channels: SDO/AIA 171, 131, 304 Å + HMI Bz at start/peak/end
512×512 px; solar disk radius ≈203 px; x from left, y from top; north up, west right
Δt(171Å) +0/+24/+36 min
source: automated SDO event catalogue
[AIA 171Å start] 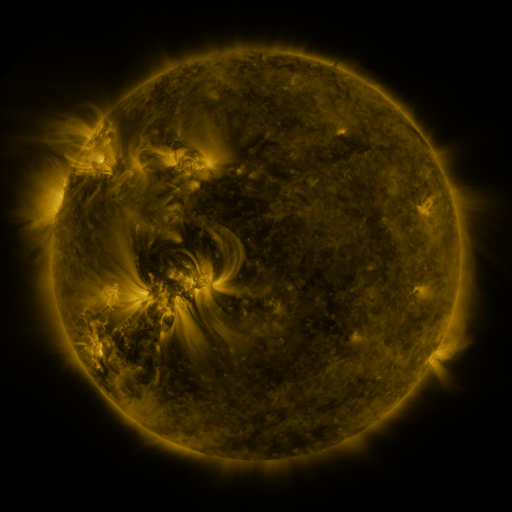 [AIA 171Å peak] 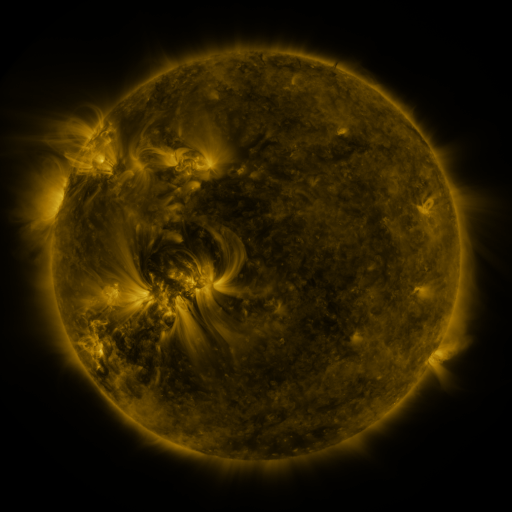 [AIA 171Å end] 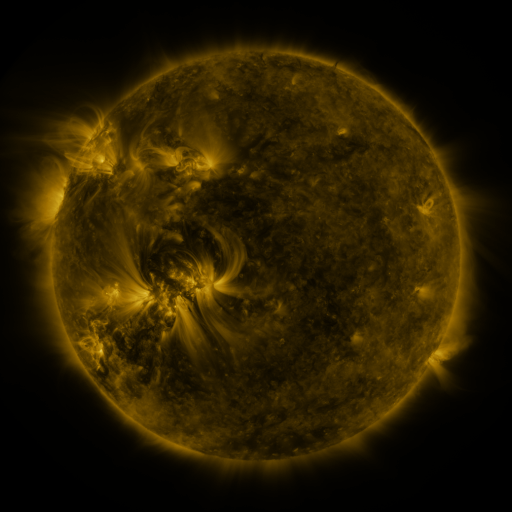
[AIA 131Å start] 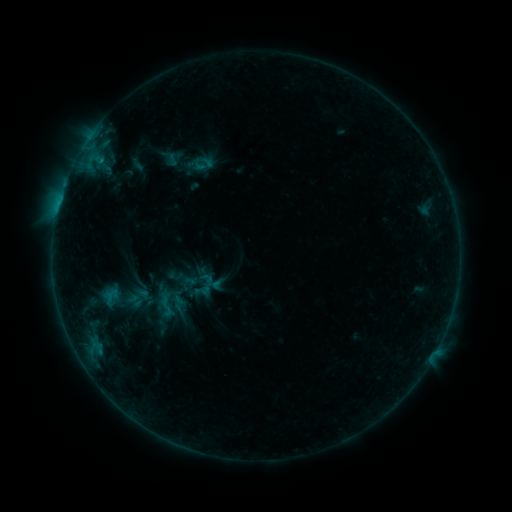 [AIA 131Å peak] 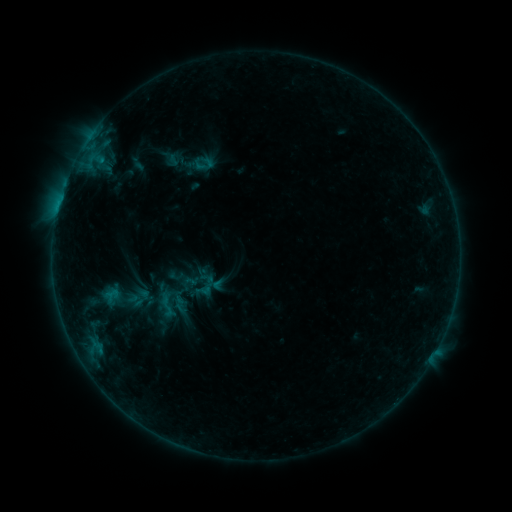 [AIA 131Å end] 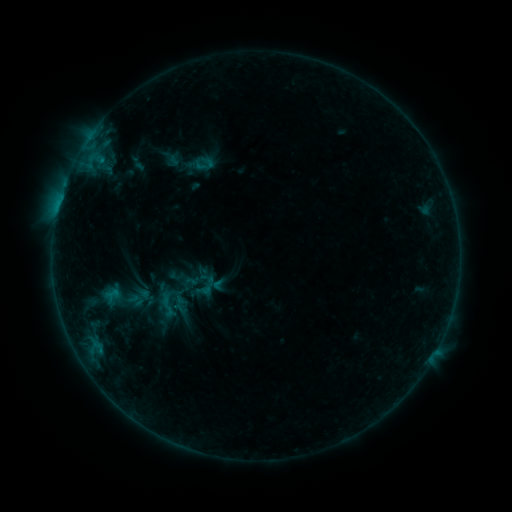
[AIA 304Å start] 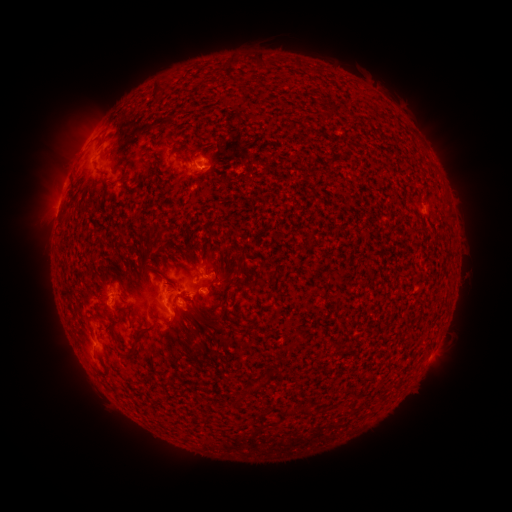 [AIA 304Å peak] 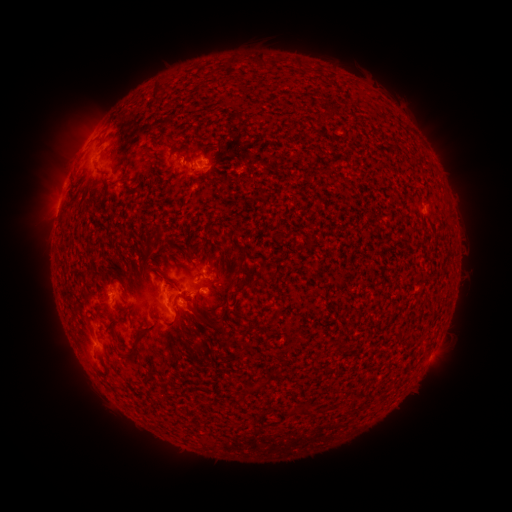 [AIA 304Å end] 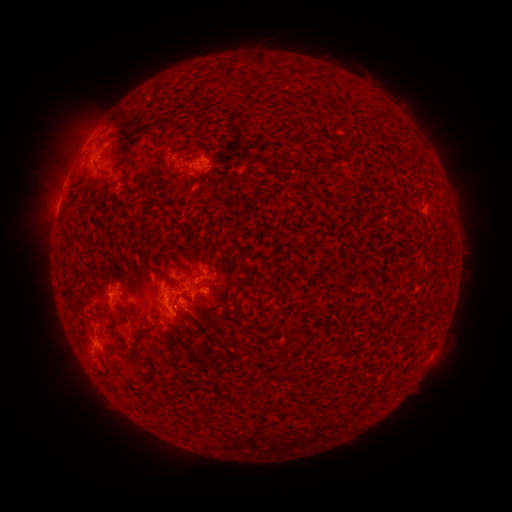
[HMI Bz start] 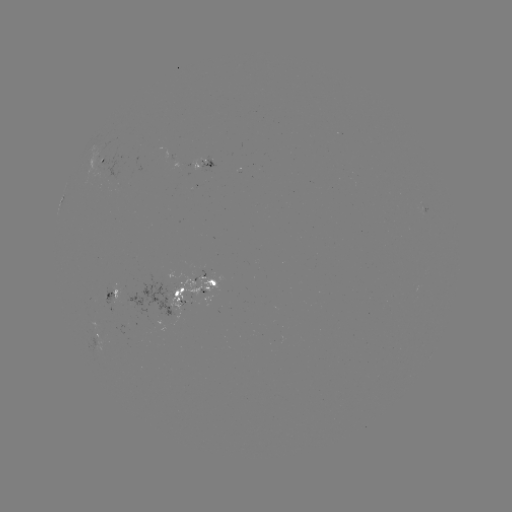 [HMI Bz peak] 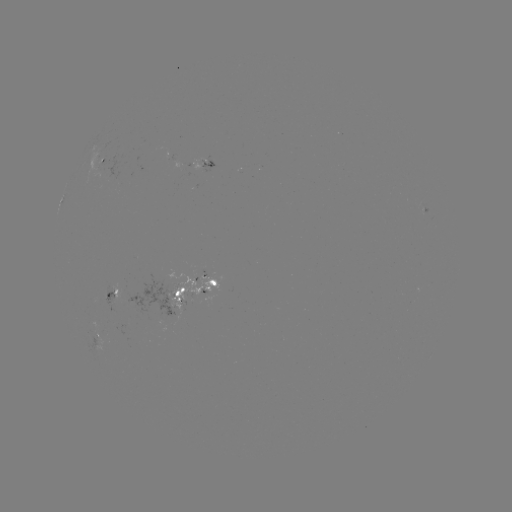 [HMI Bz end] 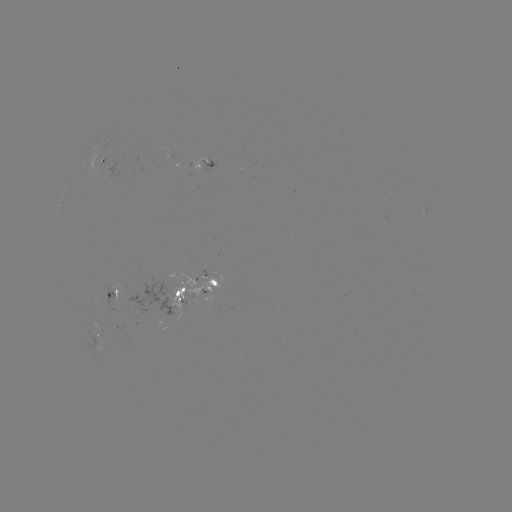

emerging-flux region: [164, 150, 168, 160]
